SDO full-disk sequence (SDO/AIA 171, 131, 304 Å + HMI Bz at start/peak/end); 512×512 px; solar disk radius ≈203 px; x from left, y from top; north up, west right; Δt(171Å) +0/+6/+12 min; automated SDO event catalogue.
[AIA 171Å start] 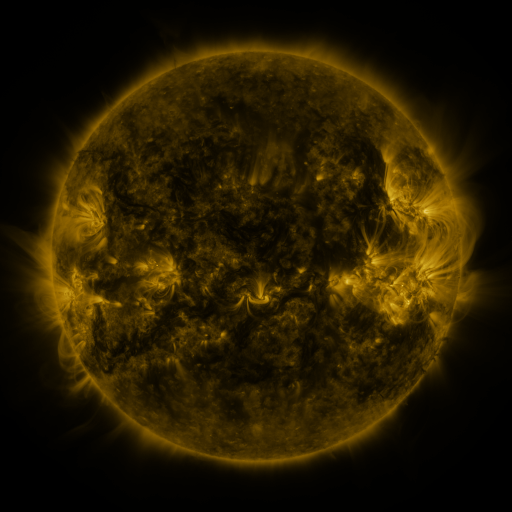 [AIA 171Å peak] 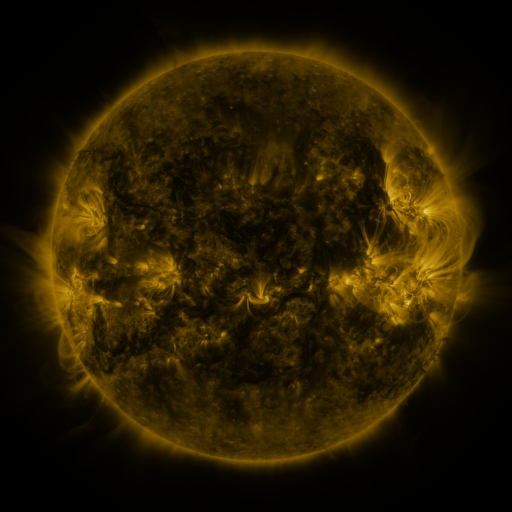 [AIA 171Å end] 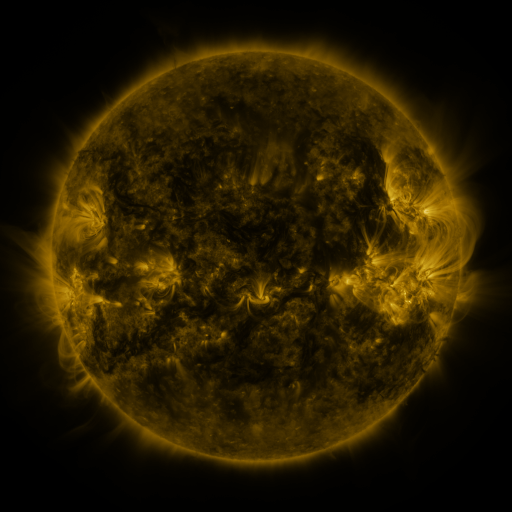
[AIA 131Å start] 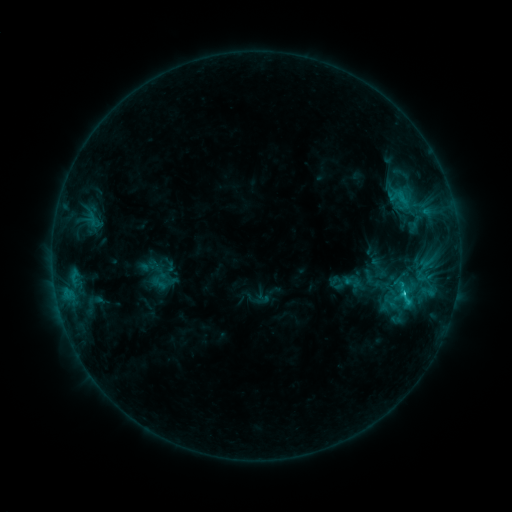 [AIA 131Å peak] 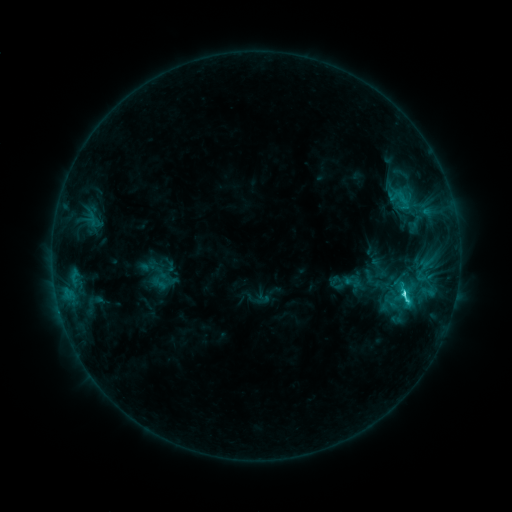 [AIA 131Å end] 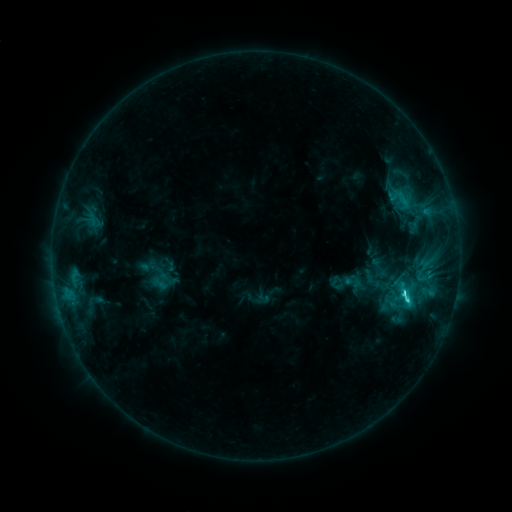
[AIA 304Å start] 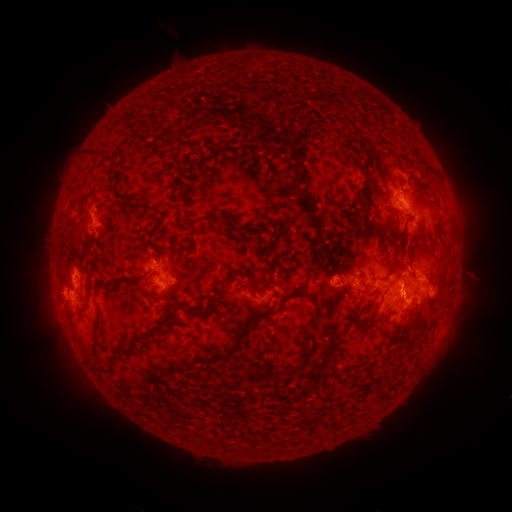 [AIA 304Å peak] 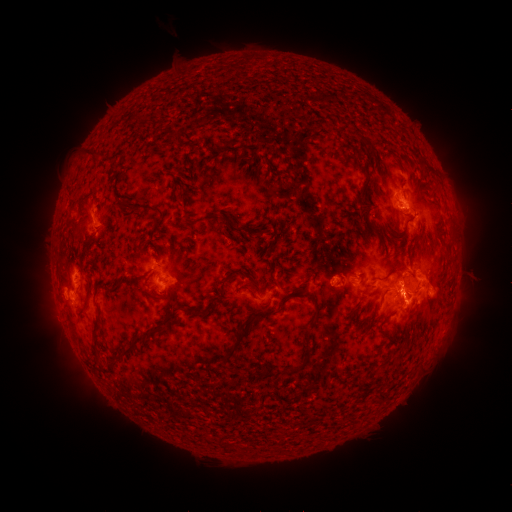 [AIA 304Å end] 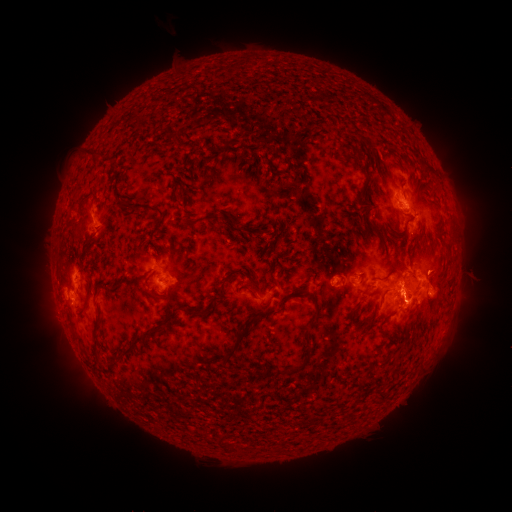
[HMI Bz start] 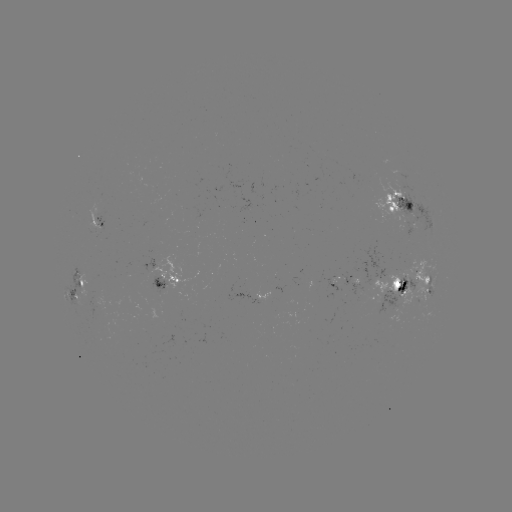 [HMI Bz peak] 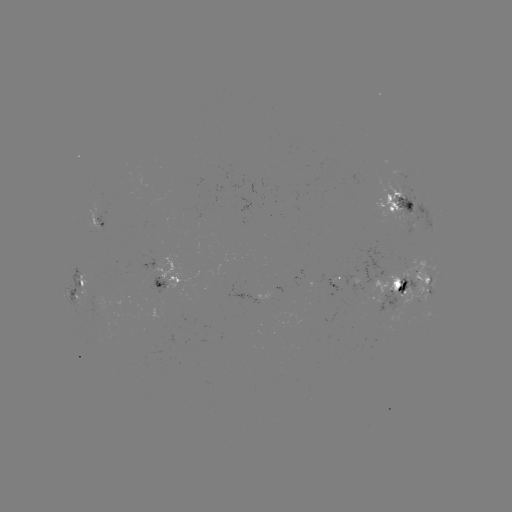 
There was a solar flare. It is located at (402, 293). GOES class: C4.3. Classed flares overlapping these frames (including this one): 1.